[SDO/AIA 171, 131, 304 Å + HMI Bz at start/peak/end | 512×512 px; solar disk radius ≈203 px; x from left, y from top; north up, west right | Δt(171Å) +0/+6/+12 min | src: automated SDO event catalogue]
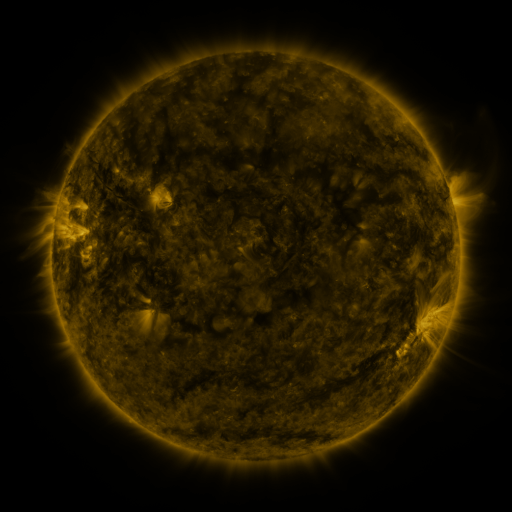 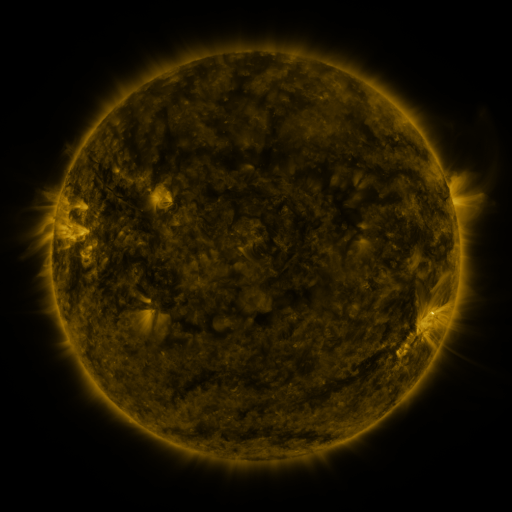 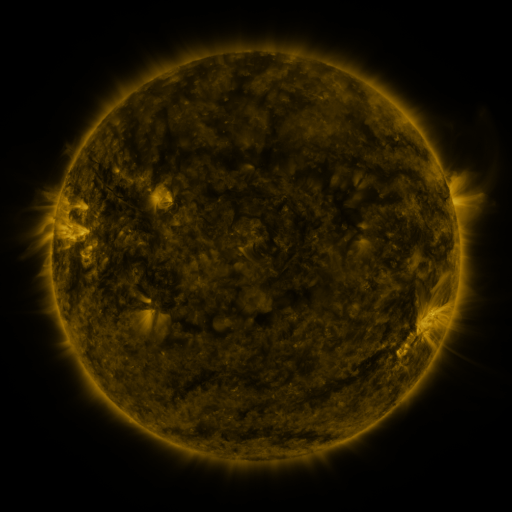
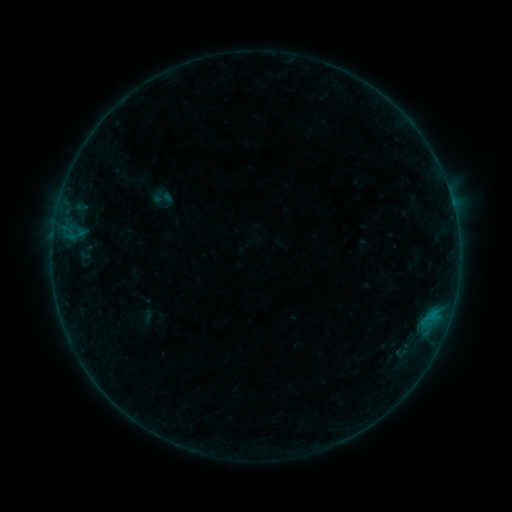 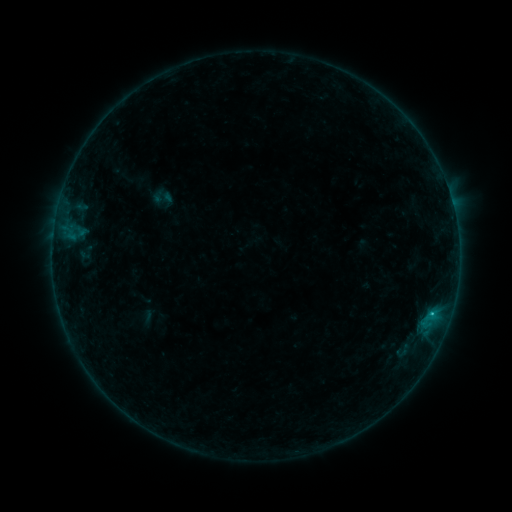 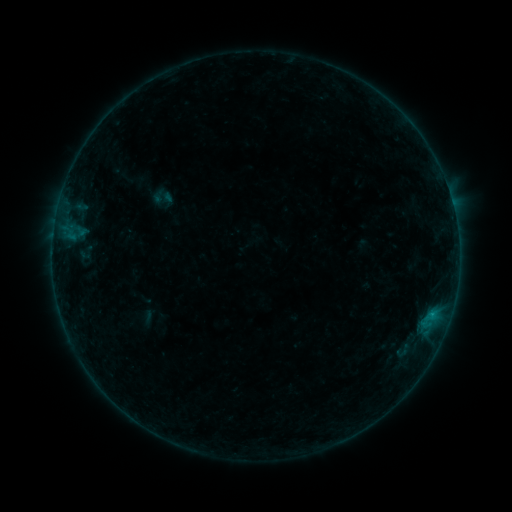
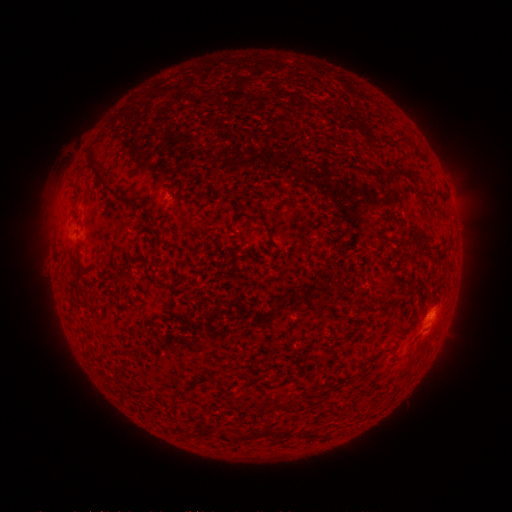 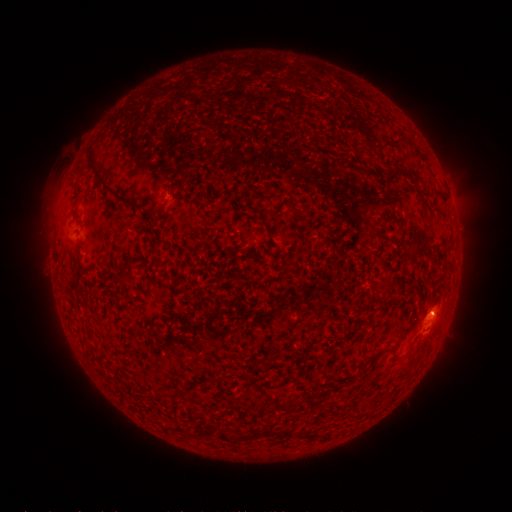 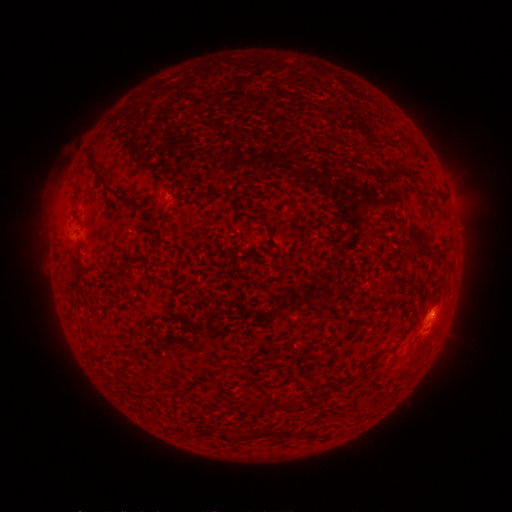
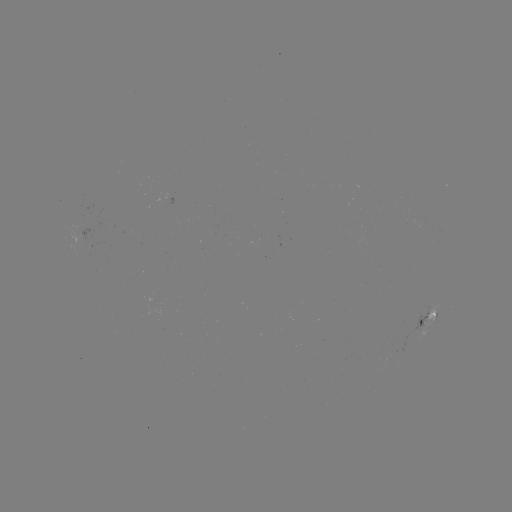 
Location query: B5.3 flare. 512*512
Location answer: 431,312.